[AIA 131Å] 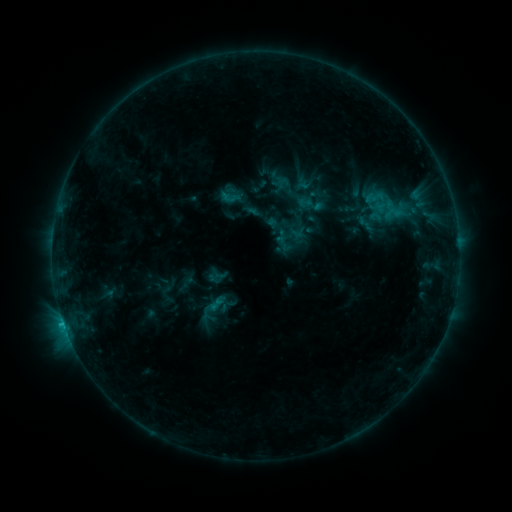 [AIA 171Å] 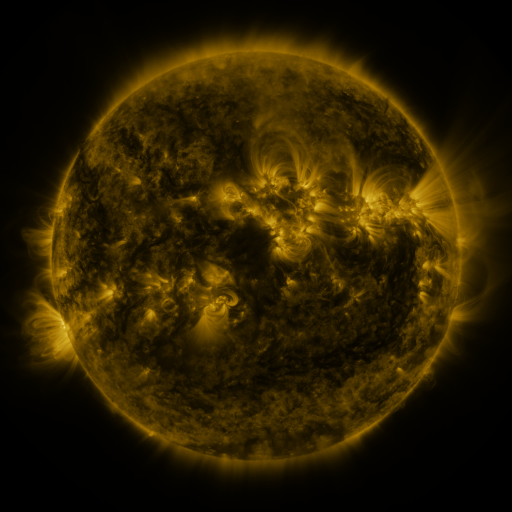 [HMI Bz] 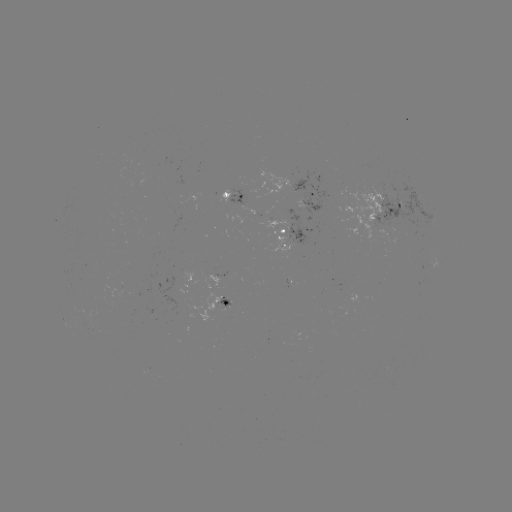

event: sigmoid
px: (388, 204)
